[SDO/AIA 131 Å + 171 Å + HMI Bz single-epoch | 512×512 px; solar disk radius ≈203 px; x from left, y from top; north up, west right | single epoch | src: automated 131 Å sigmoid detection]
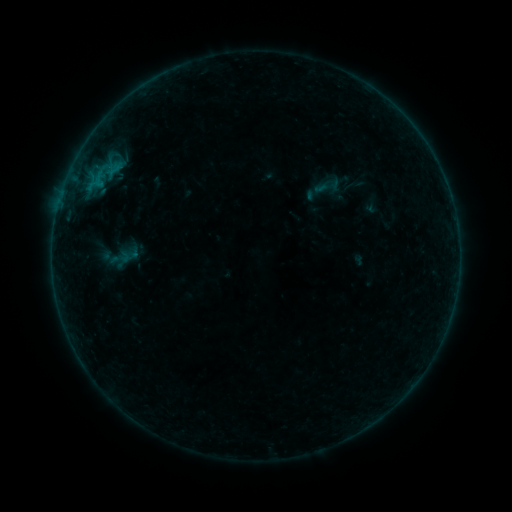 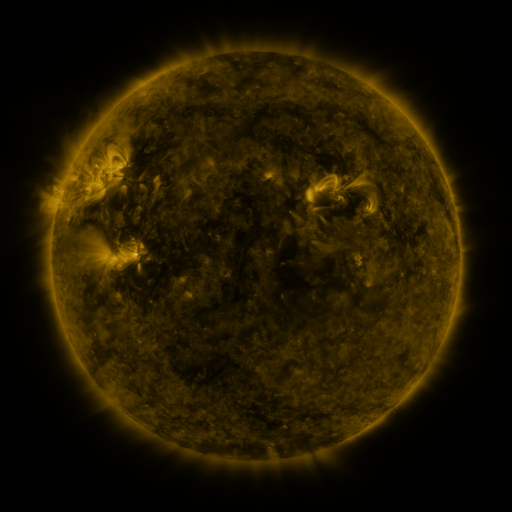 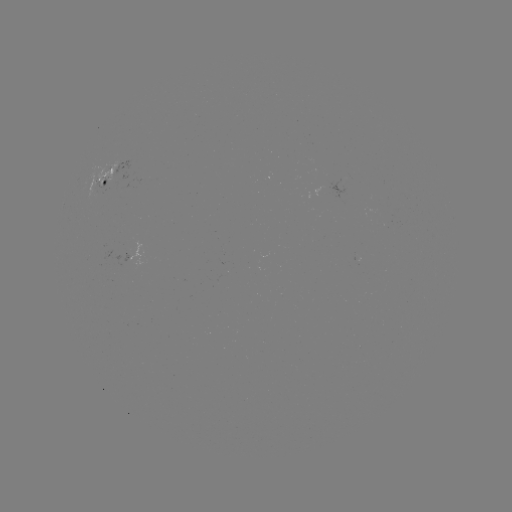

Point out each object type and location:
sigmoid: (328, 186)
